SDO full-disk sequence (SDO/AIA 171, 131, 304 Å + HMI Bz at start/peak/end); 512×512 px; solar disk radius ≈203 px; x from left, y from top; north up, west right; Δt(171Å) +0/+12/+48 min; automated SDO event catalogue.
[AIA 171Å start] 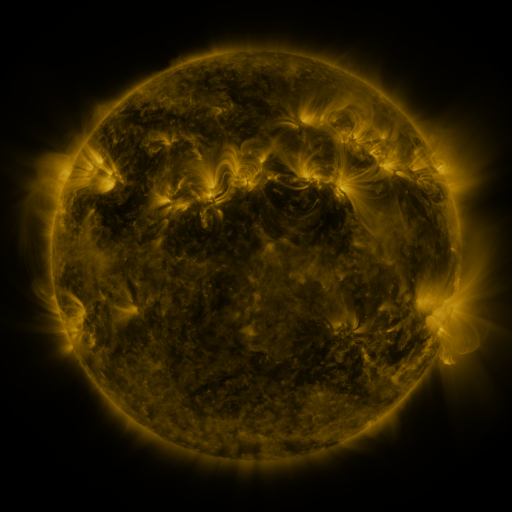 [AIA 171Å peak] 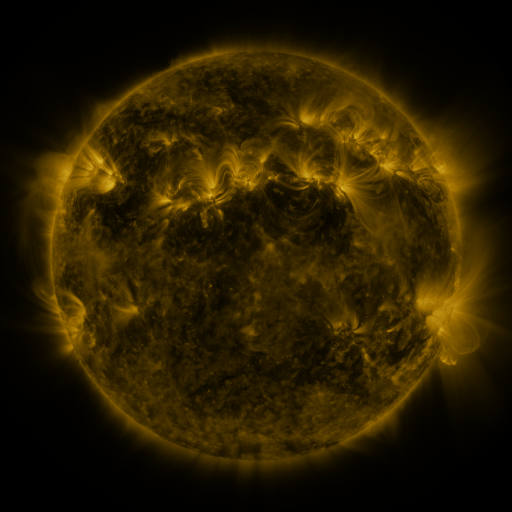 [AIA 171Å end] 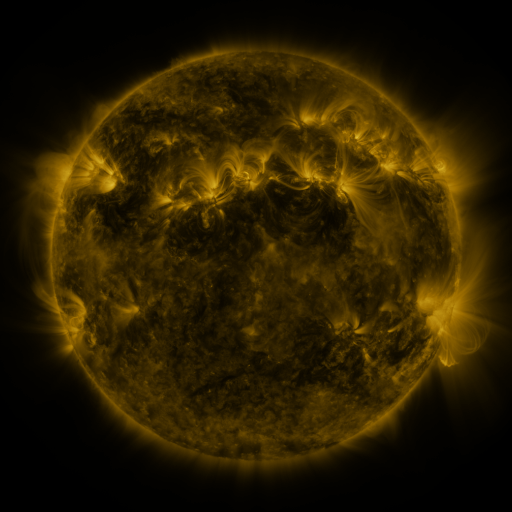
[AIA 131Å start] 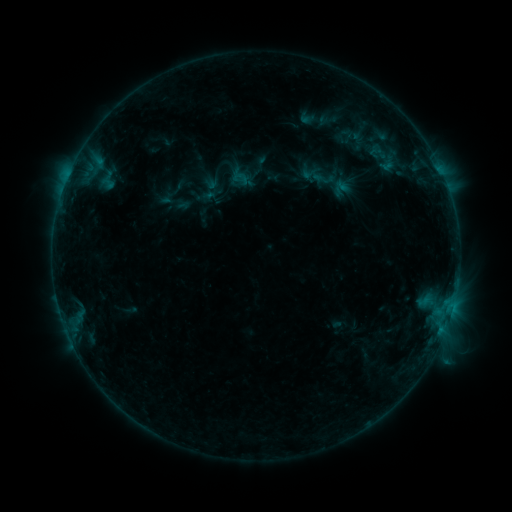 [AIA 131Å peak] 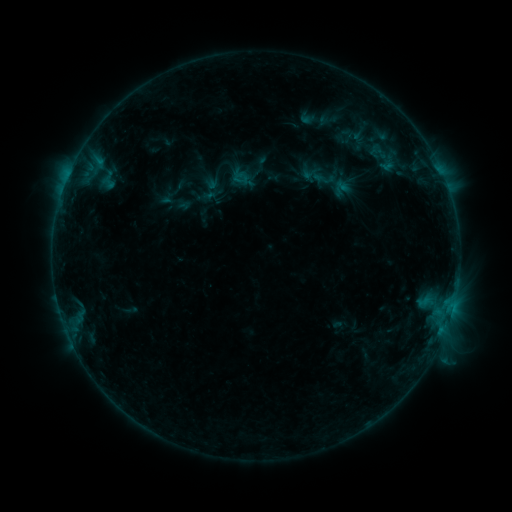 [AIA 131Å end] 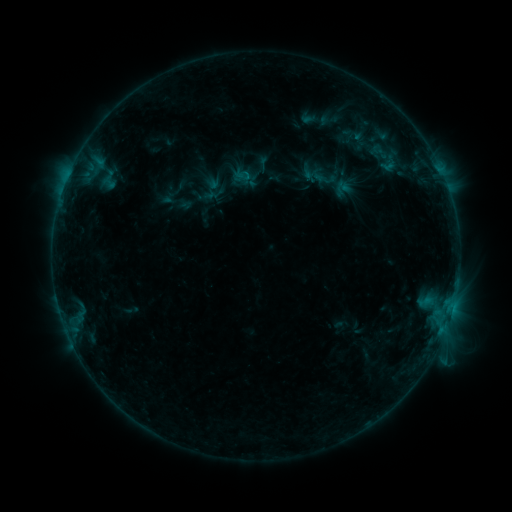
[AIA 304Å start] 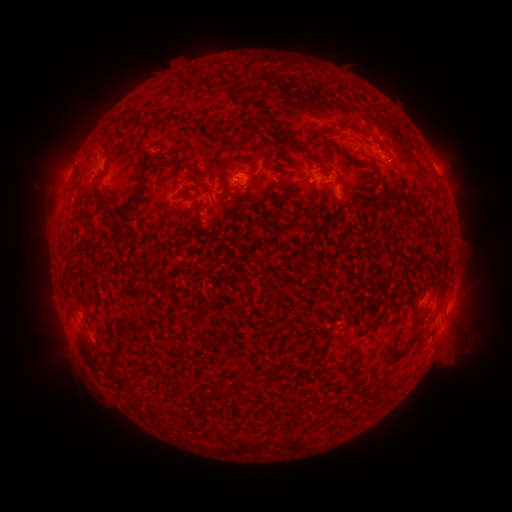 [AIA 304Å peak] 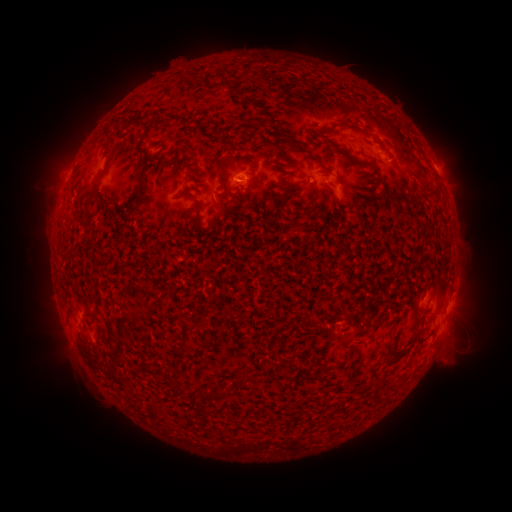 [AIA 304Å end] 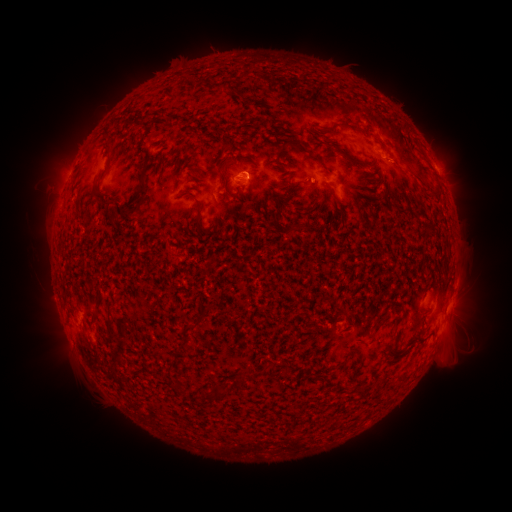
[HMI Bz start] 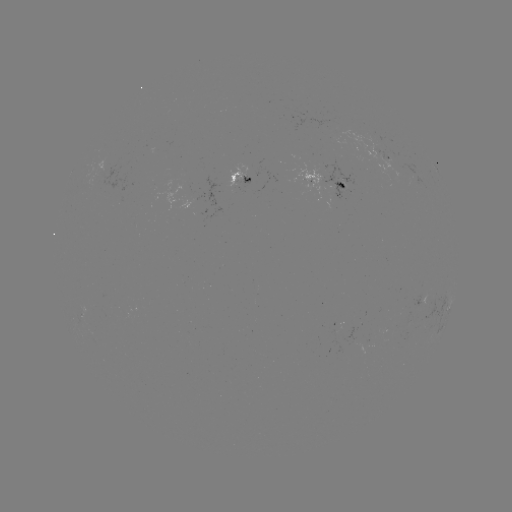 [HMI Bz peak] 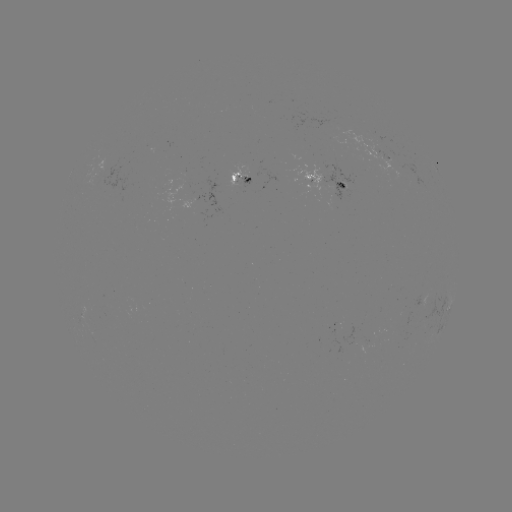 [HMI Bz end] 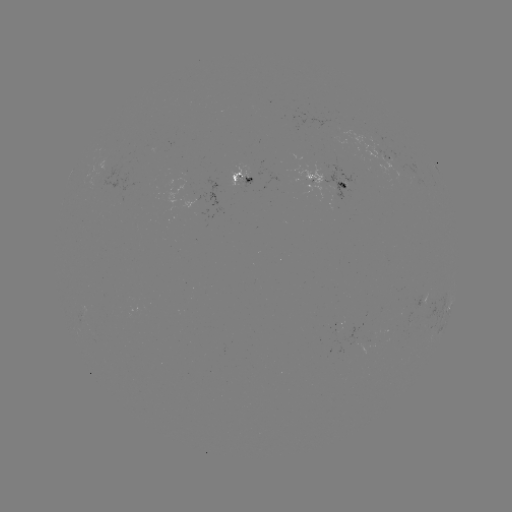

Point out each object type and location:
emerging-flux region: (318, 179)
